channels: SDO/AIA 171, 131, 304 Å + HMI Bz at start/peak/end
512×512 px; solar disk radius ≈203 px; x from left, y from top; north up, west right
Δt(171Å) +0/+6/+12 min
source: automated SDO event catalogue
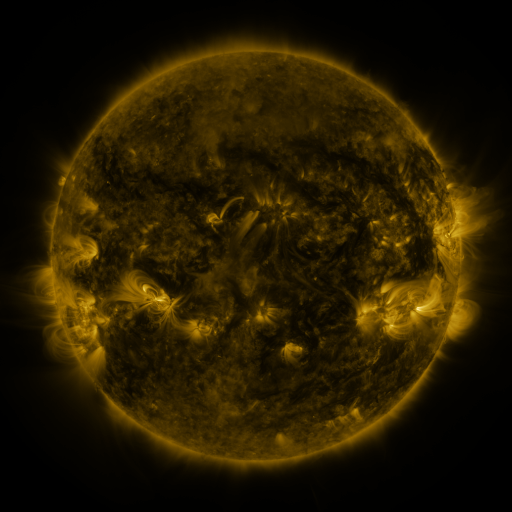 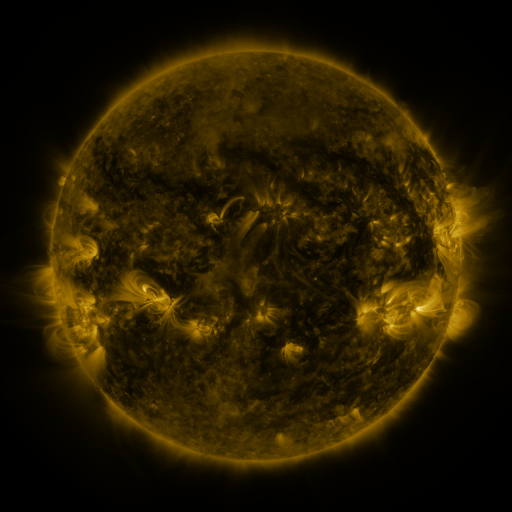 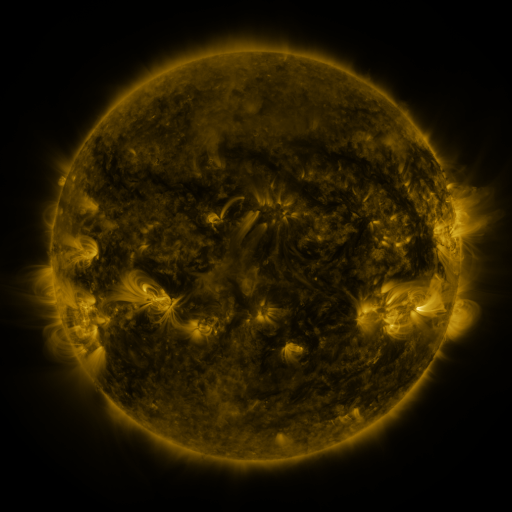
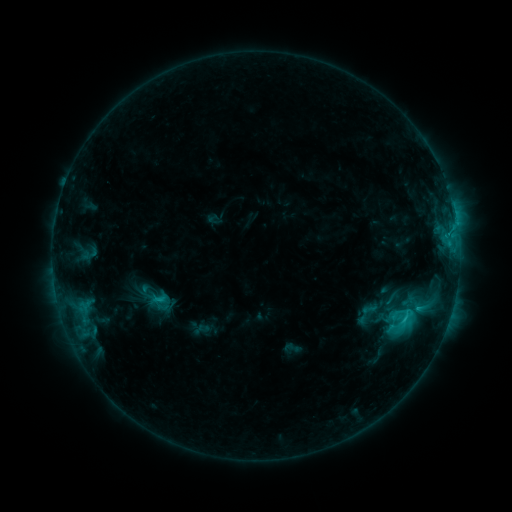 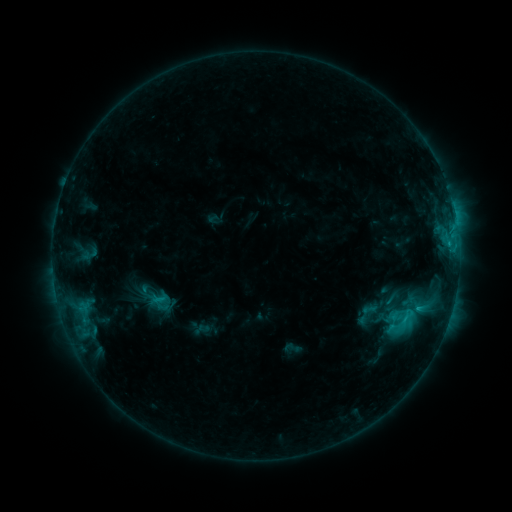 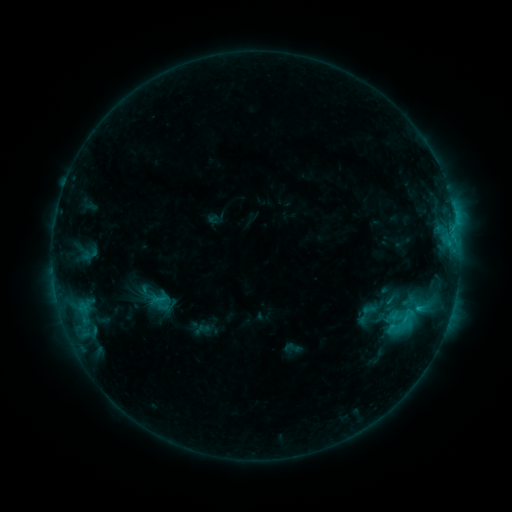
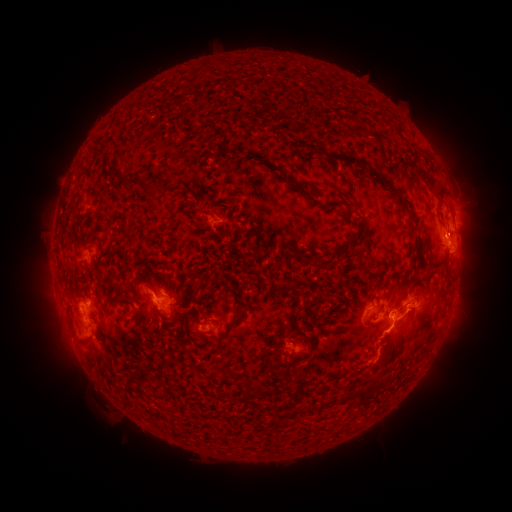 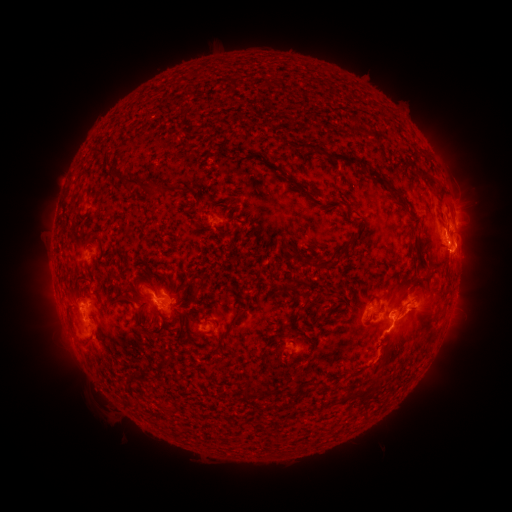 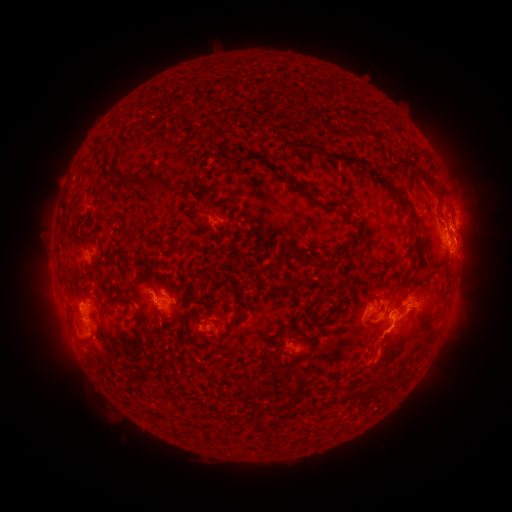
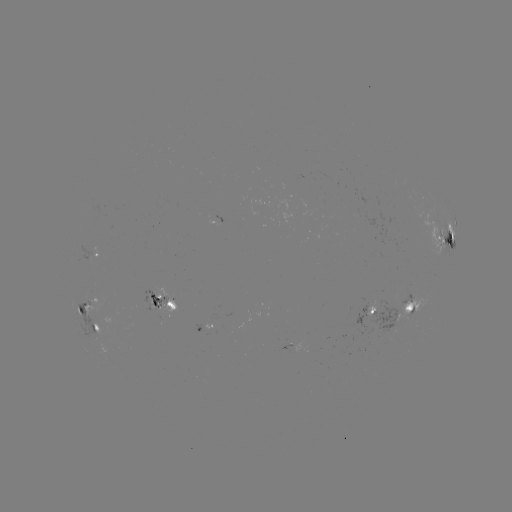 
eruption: (437, 235, 487, 282)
